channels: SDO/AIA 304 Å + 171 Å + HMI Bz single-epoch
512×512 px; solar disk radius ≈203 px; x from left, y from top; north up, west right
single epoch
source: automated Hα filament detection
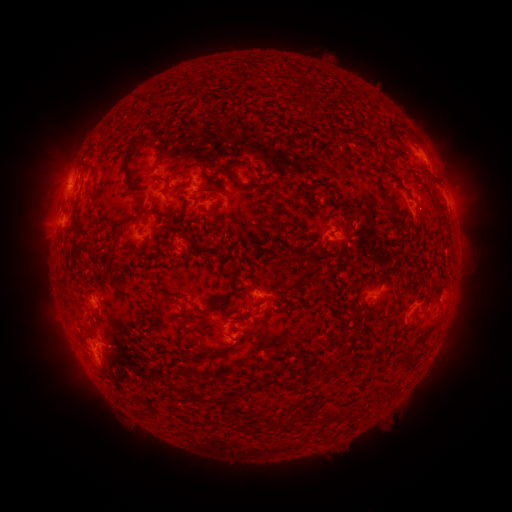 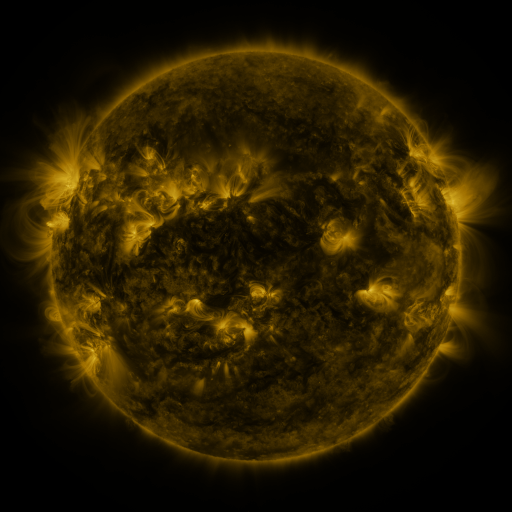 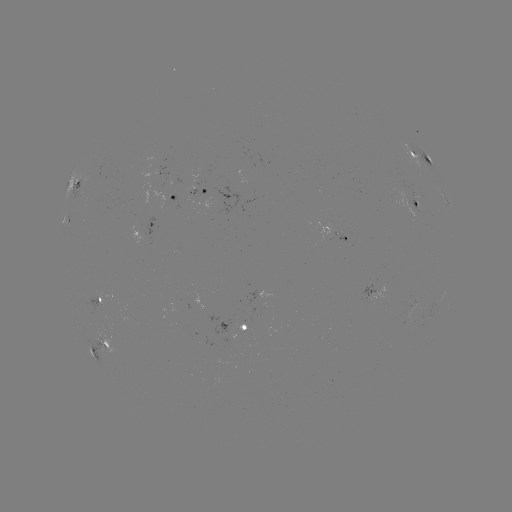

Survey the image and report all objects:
filament: (261, 113, 277, 122)
filament: (123, 125, 149, 160)
filament: (223, 159, 248, 185)
filament: (122, 165, 137, 187)
filament: (375, 168, 390, 202)
filament: (75, 178, 82, 187)
filament: (139, 200, 149, 214)
filament: (432, 200, 447, 221)
filament: (69, 217, 81, 262)
filament: (122, 221, 132, 232)
filament: (184, 237, 204, 250)
filament: (110, 261, 118, 273)
filament: (276, 264, 286, 281)
filament: (315, 278, 326, 293)
filament: (175, 322, 197, 345)
filament: (423, 323, 438, 337)
filament: (400, 349, 414, 369)
filament: (327, 364, 340, 375)
filament: (269, 374, 284, 388)
filament: (230, 388, 246, 398)
filament: (166, 390, 178, 401)
filament: (351, 401, 361, 409)
filament: (273, 419, 285, 429)
